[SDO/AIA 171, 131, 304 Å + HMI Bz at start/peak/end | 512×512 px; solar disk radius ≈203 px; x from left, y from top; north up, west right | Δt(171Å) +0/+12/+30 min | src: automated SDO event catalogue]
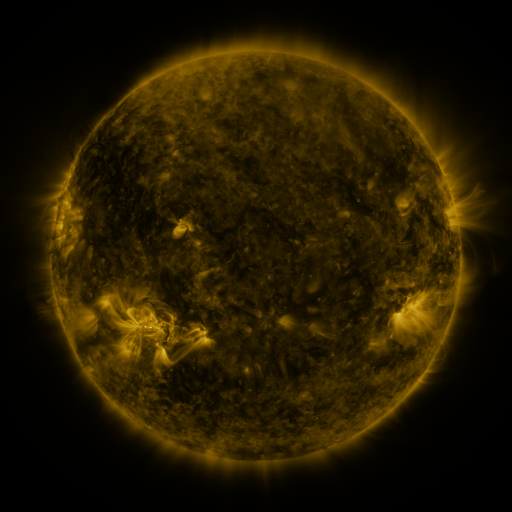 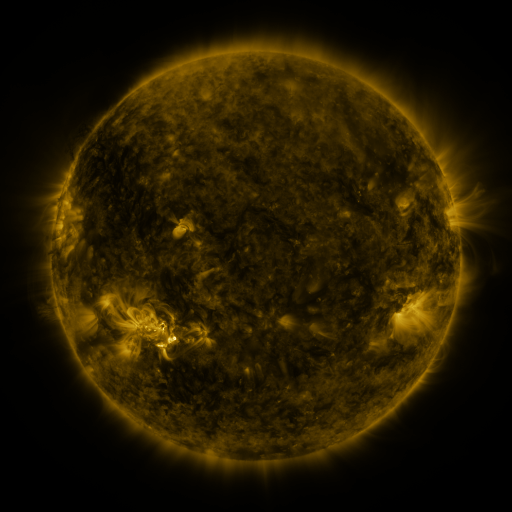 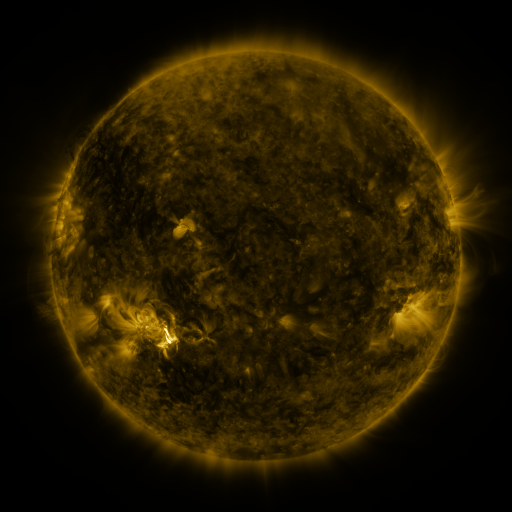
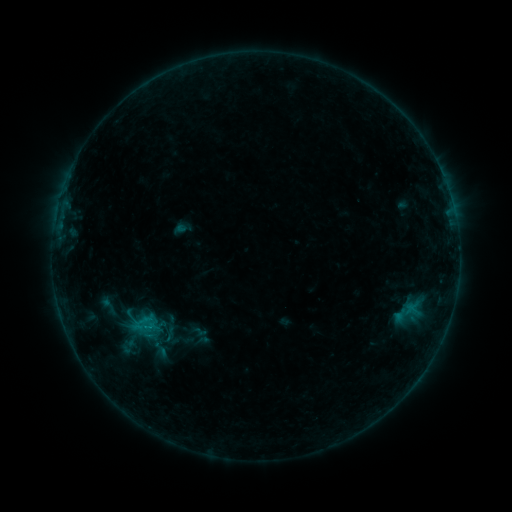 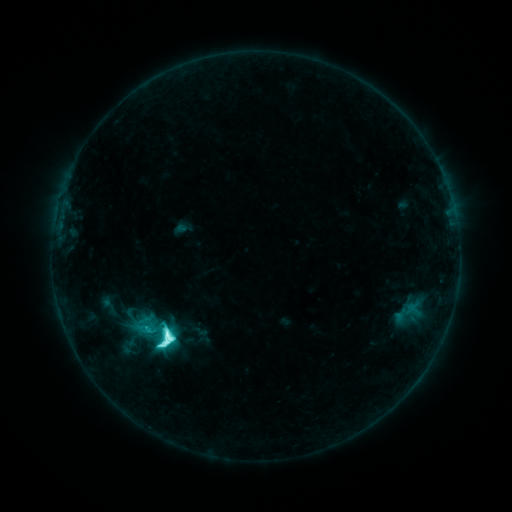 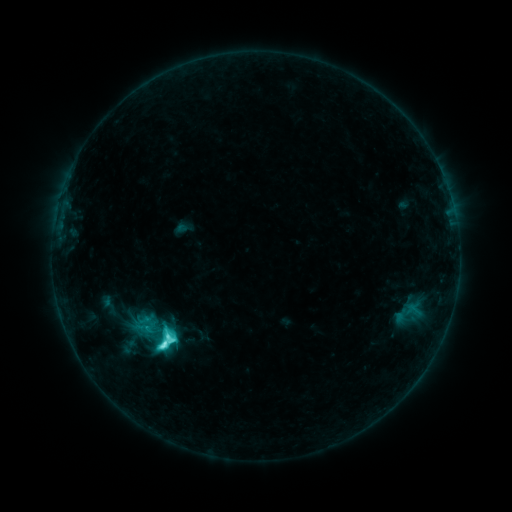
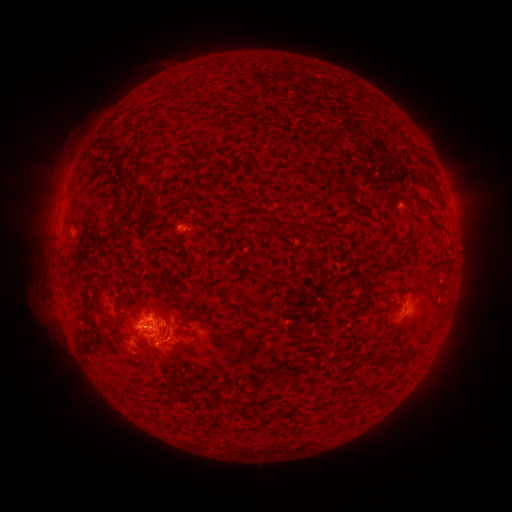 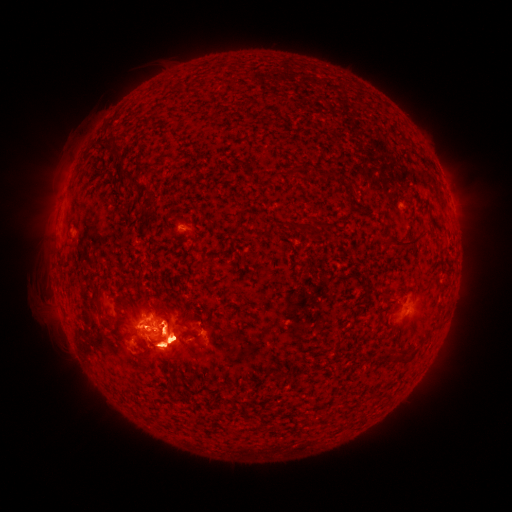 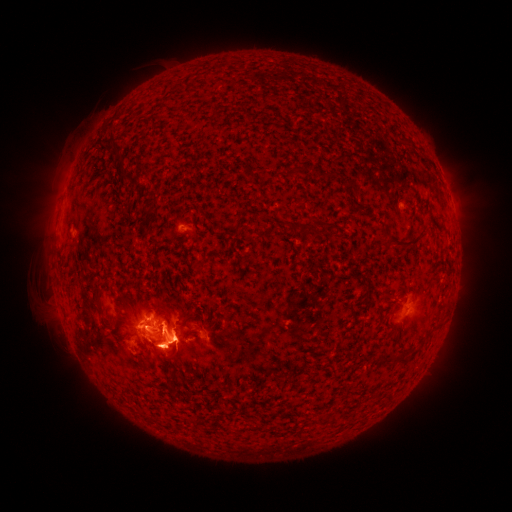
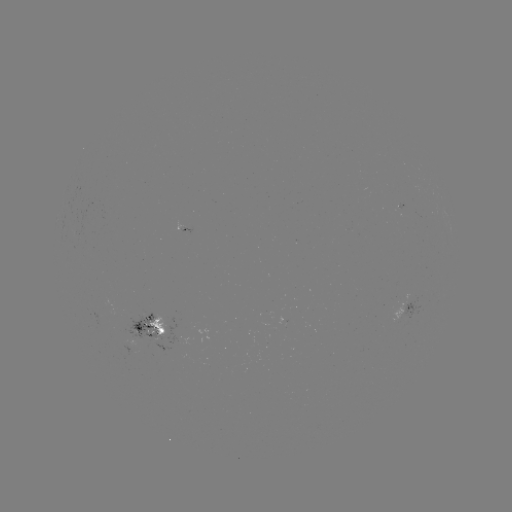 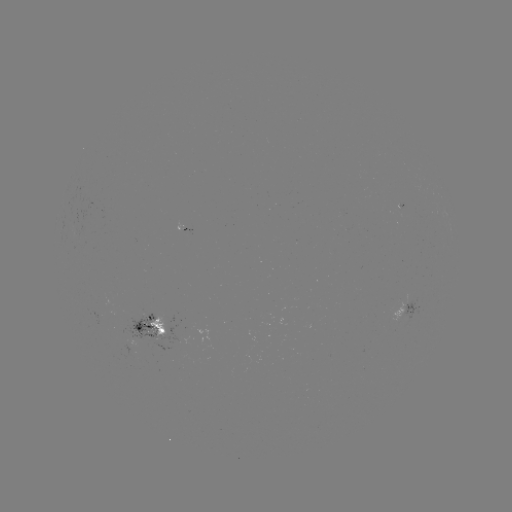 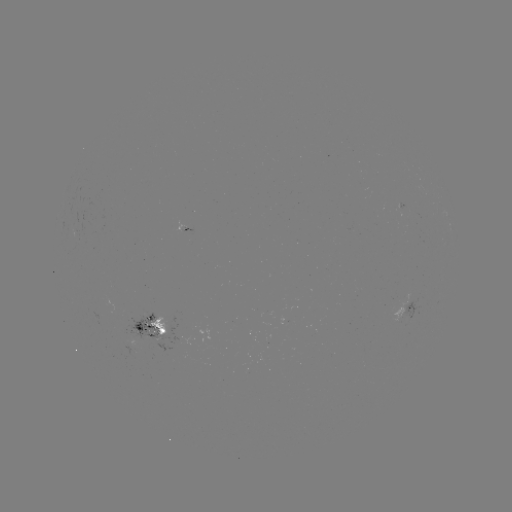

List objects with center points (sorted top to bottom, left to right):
M1.4 flare: (170, 336)
